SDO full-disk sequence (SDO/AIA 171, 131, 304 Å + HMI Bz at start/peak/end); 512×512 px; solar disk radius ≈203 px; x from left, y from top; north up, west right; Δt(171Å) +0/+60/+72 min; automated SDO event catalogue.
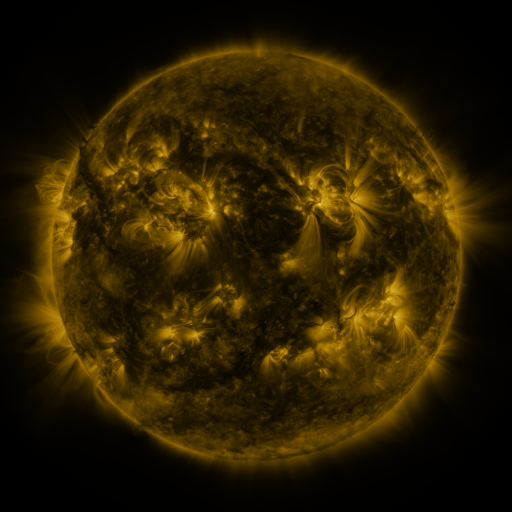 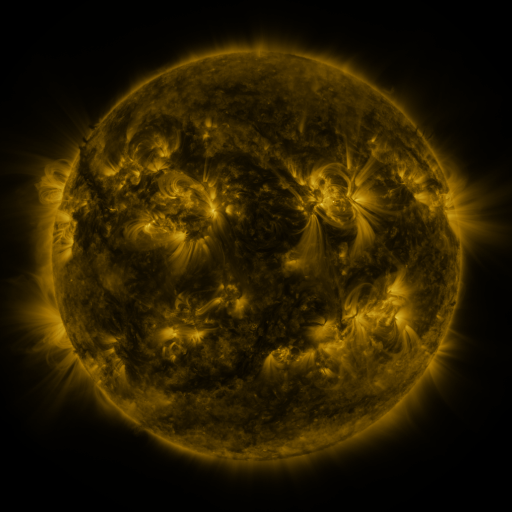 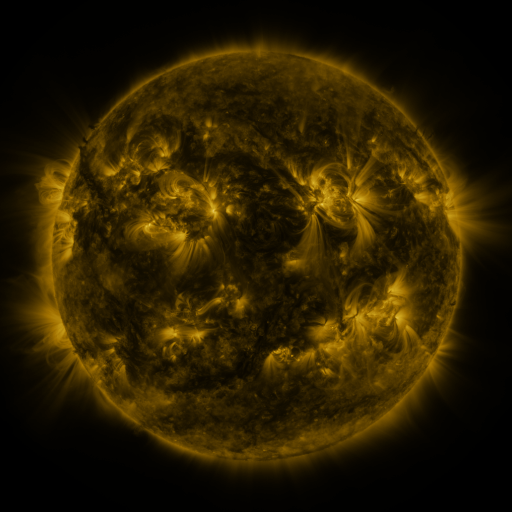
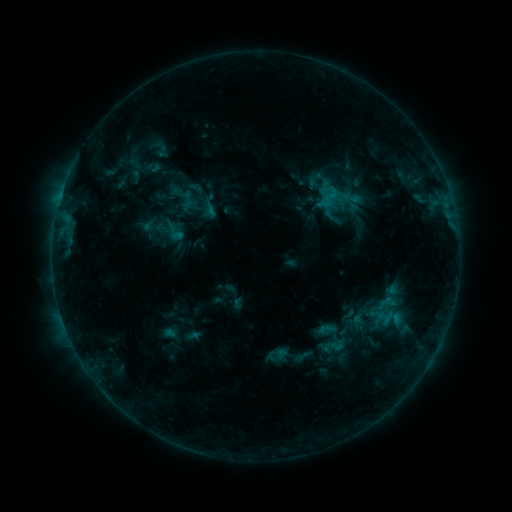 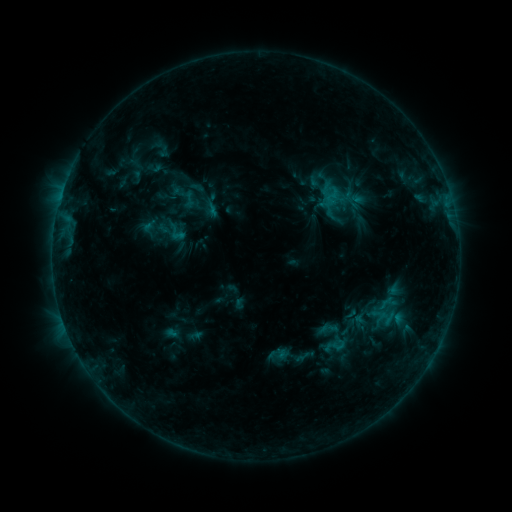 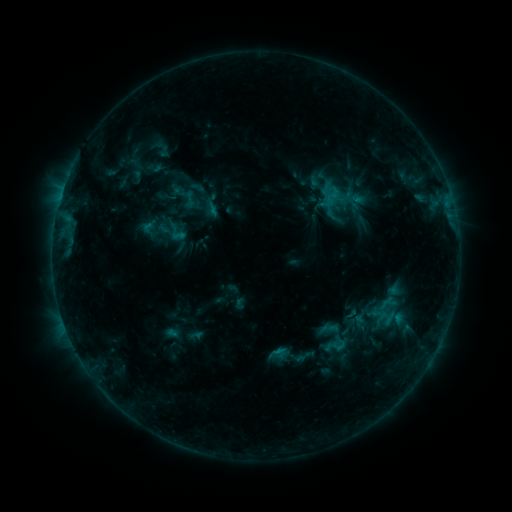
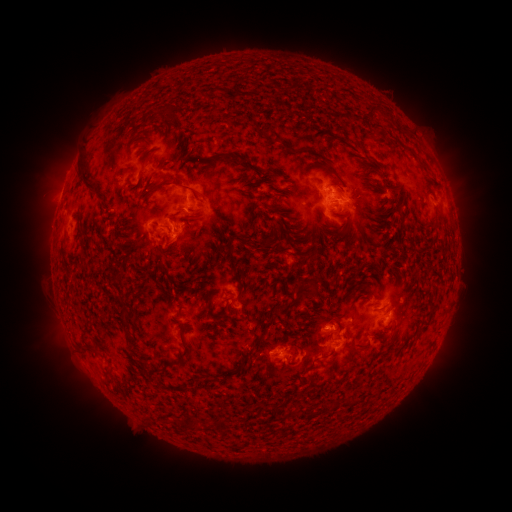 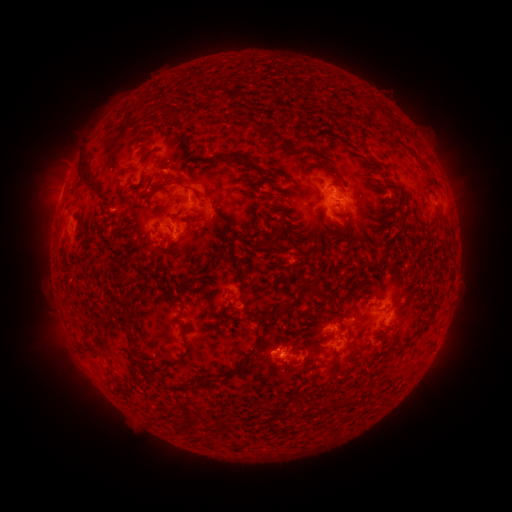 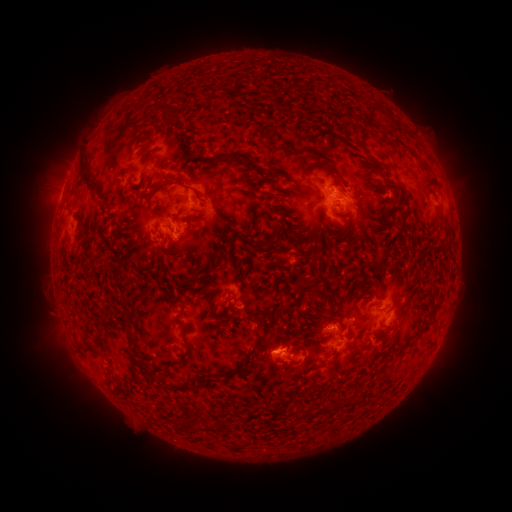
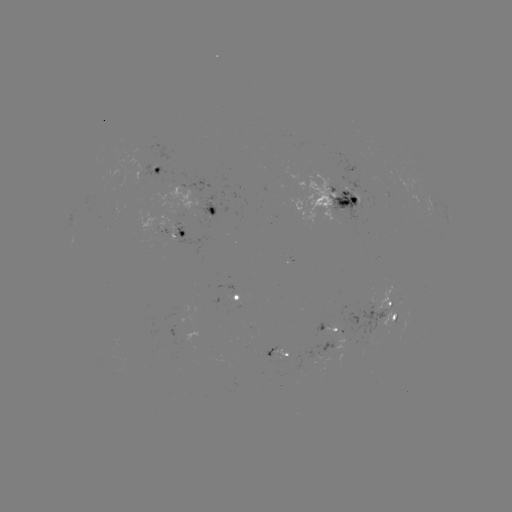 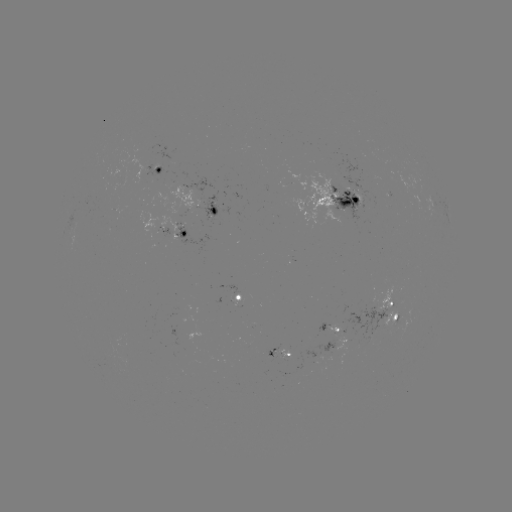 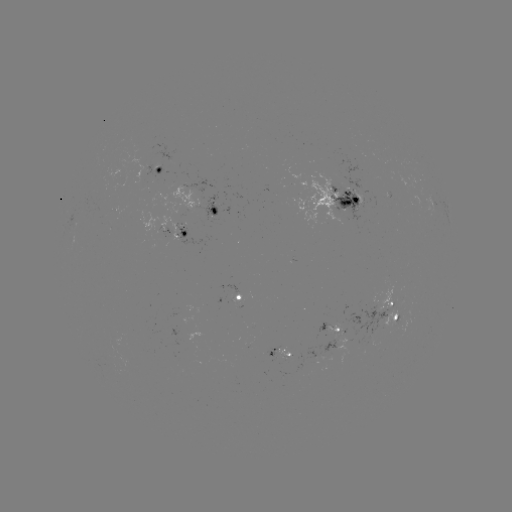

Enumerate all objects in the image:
emerging-flux region: (165, 156)
